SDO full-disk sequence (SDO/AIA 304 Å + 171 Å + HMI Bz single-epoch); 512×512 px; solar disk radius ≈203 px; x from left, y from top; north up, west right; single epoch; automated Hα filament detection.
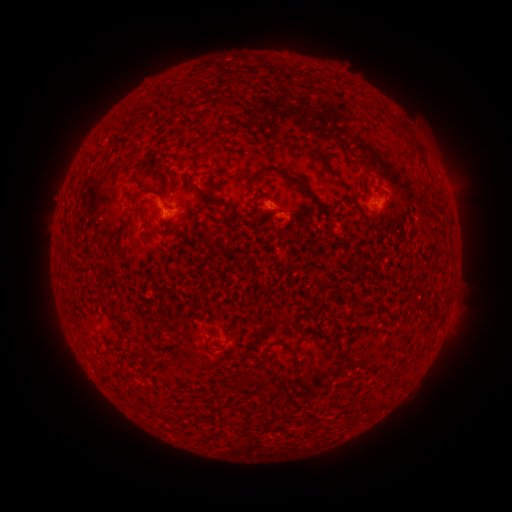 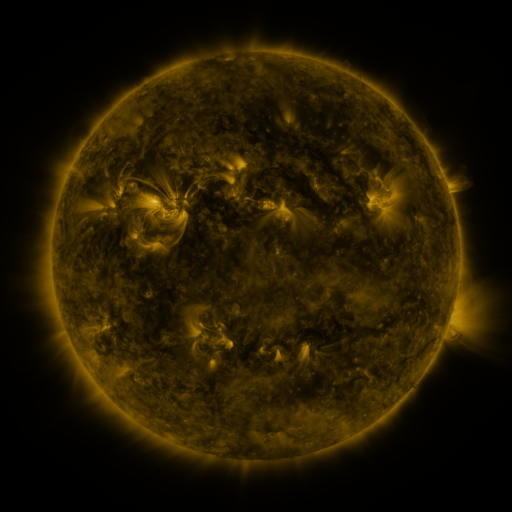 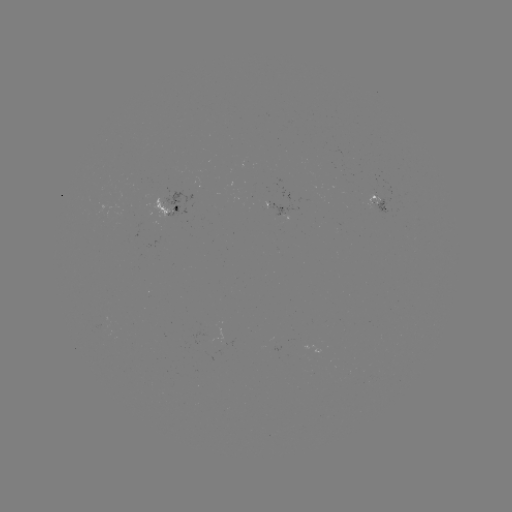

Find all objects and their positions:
filament: (408, 132)
filament: (316, 155)
filament: (298, 181)
filament: (169, 206)
filament: (186, 229)
filament: (152, 233)
filament: (121, 241)
filament: (61, 246)
filament: (282, 320)
filament: (351, 326)
filament: (225, 343)
filament: (206, 344)
filament: (246, 350)
filament: (294, 356)
filament: (261, 361)
filament: (260, 382)
filament: (381, 403)
